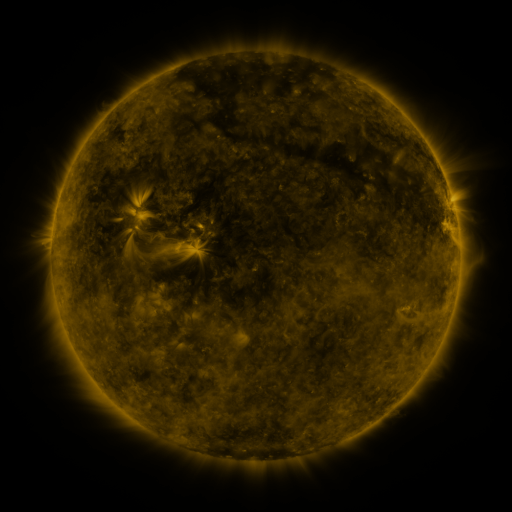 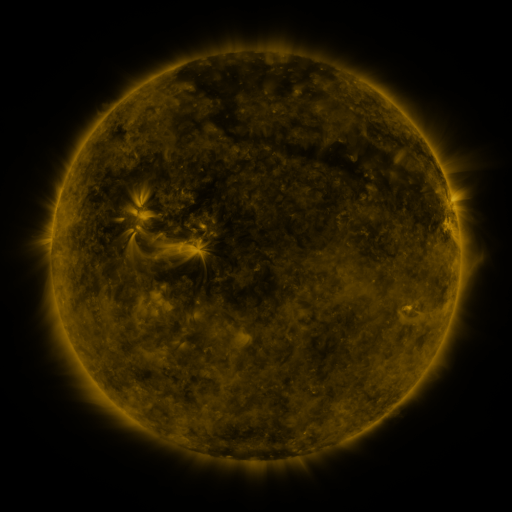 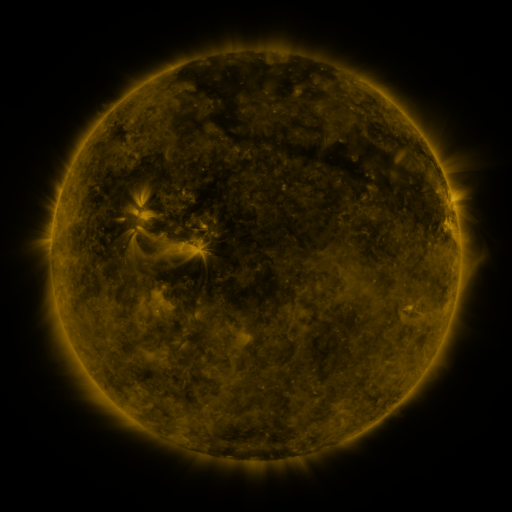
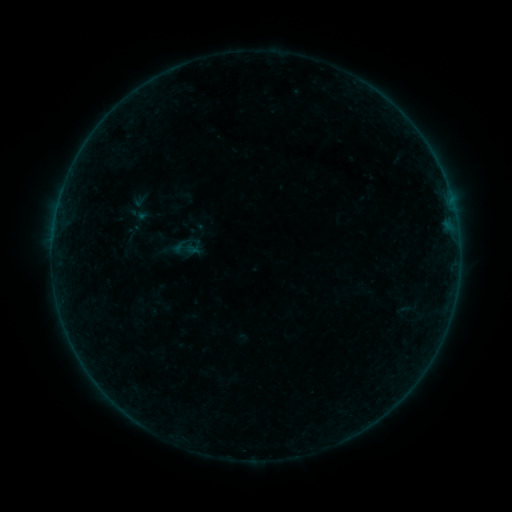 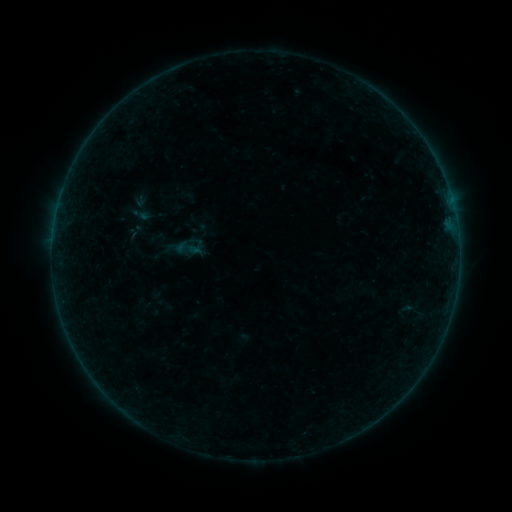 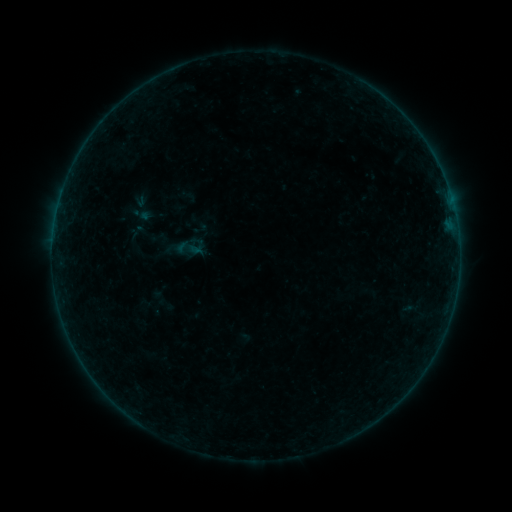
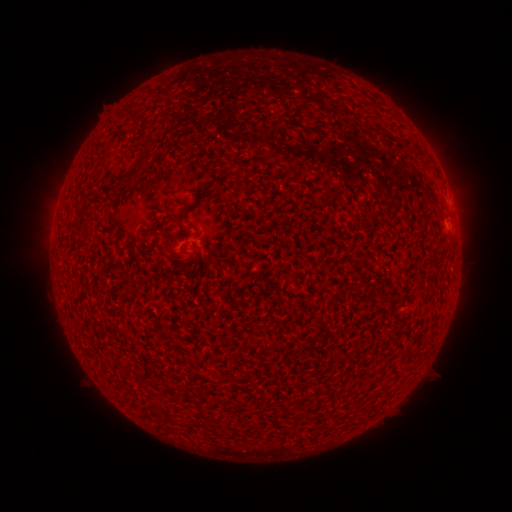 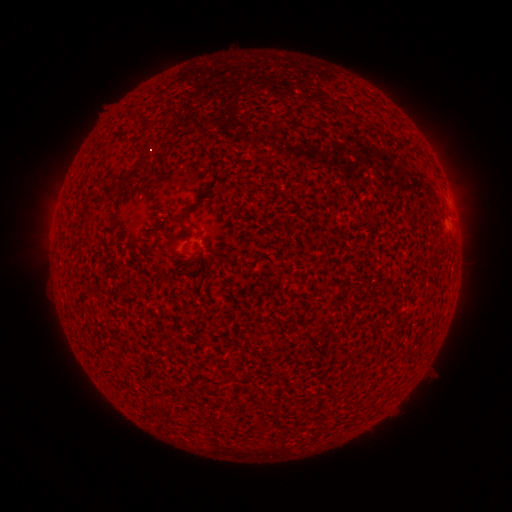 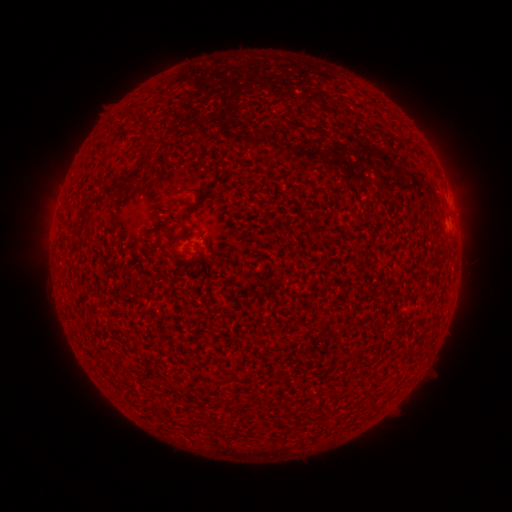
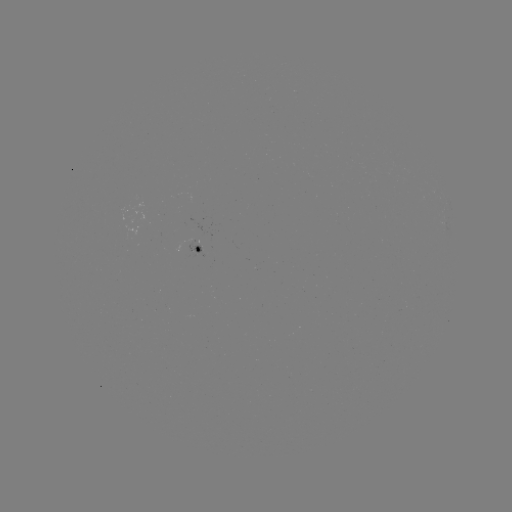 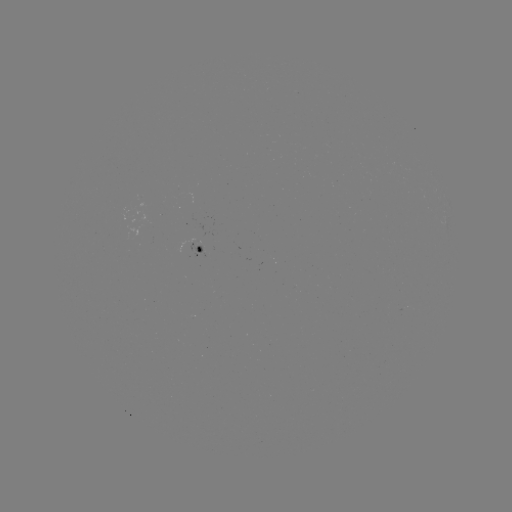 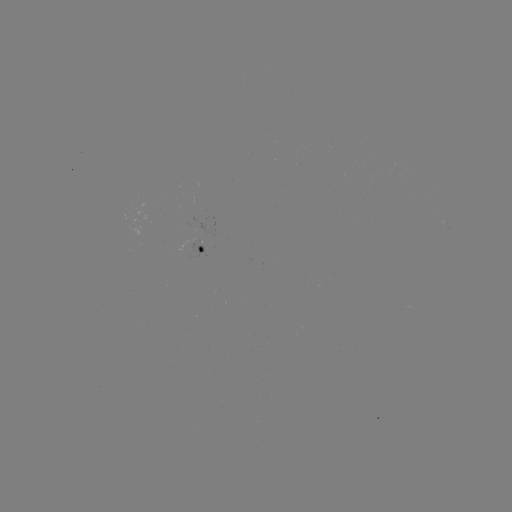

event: emerging-flux region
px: (186, 250)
